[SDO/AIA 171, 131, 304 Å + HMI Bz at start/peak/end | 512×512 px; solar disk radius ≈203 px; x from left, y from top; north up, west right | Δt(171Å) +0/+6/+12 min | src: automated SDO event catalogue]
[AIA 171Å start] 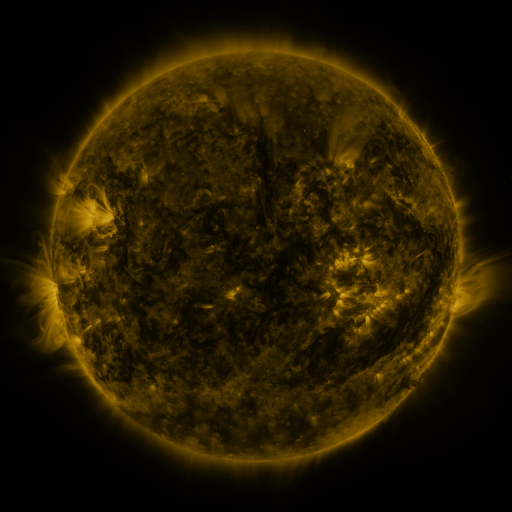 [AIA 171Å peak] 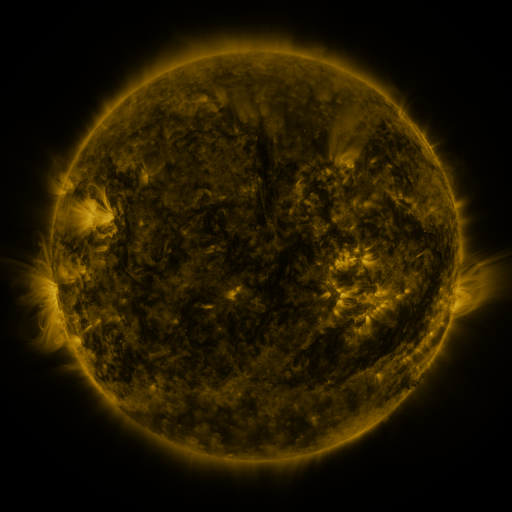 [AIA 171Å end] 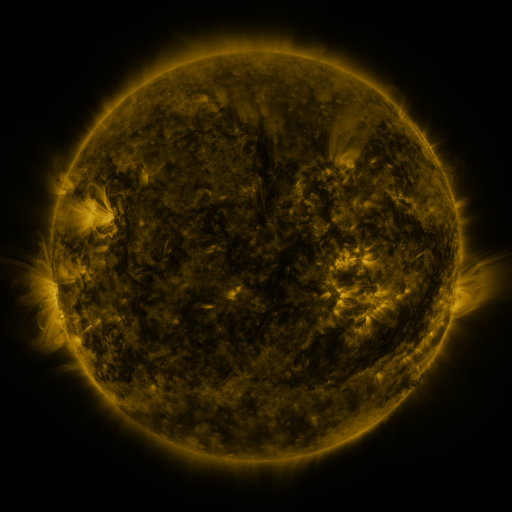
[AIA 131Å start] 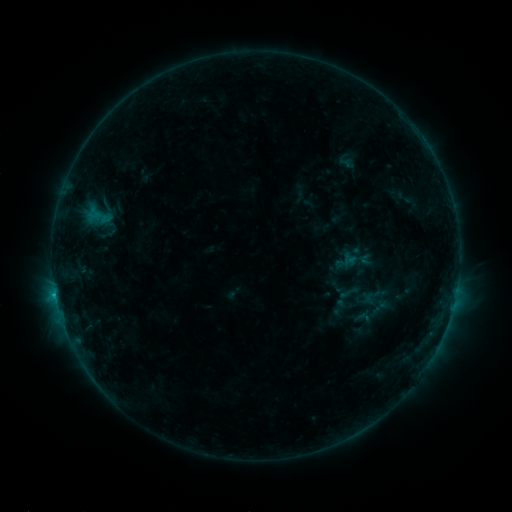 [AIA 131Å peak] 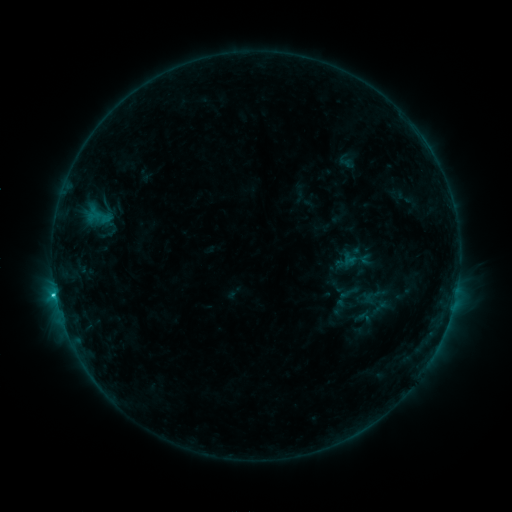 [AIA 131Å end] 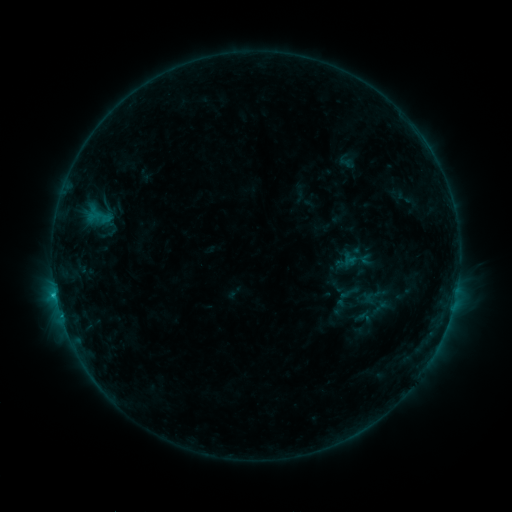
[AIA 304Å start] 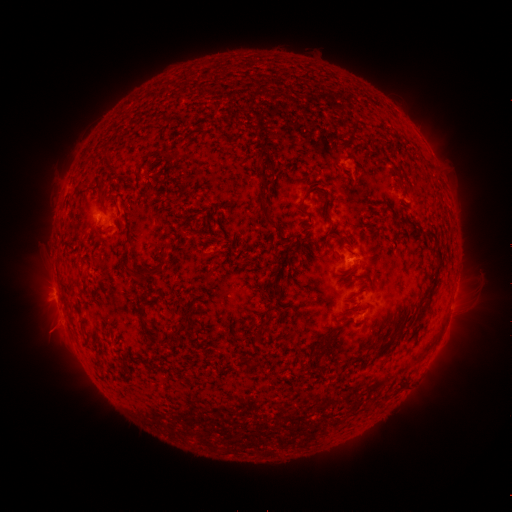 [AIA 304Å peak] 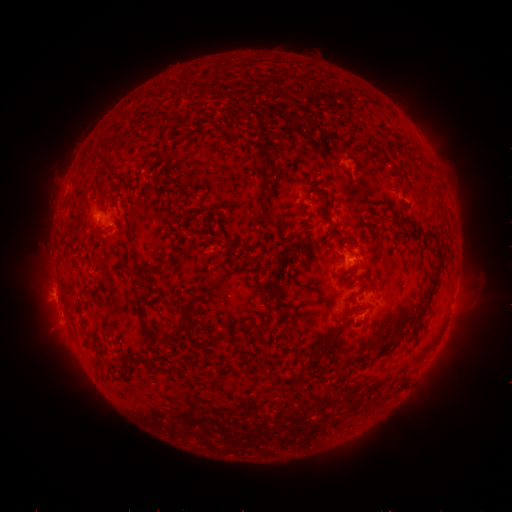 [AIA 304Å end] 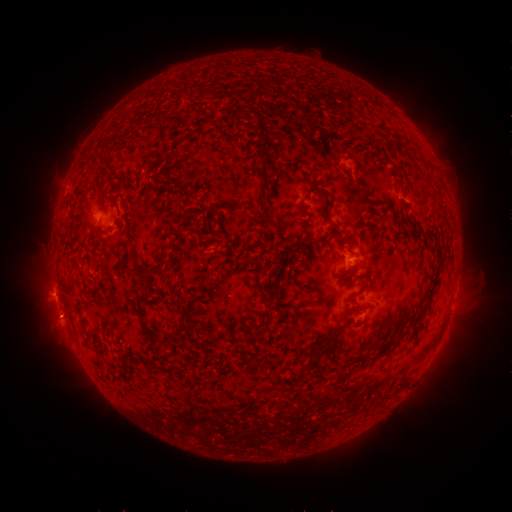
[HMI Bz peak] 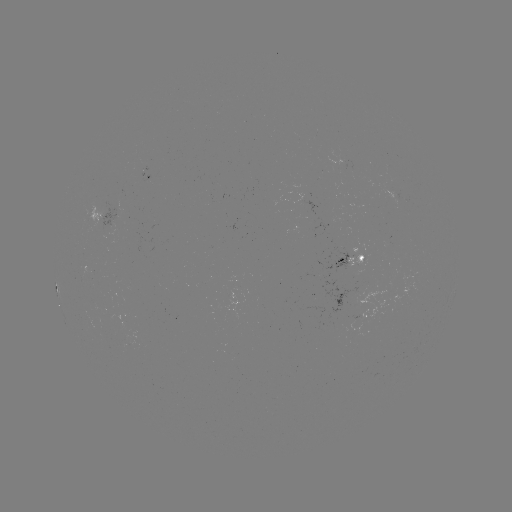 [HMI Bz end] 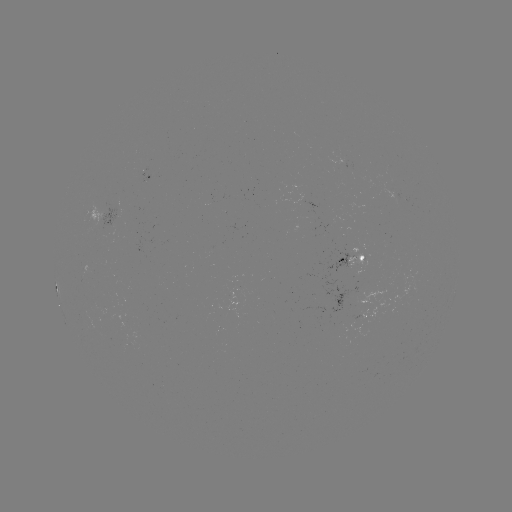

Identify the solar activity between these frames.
C1.2 flare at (56, 294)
